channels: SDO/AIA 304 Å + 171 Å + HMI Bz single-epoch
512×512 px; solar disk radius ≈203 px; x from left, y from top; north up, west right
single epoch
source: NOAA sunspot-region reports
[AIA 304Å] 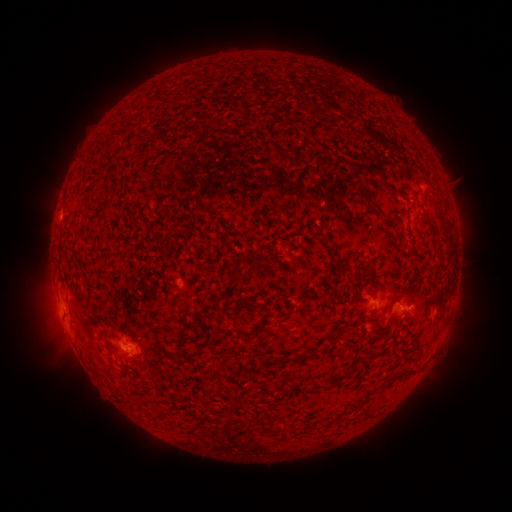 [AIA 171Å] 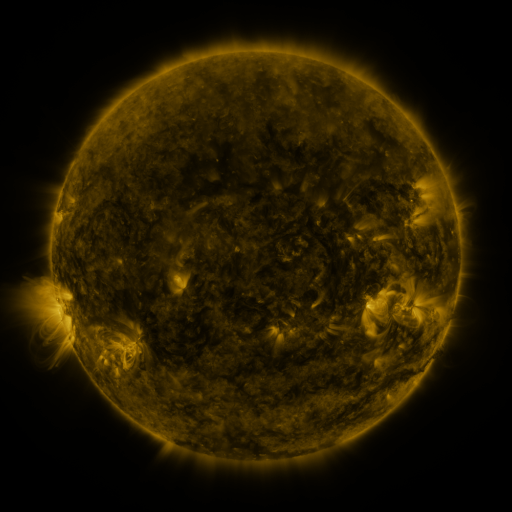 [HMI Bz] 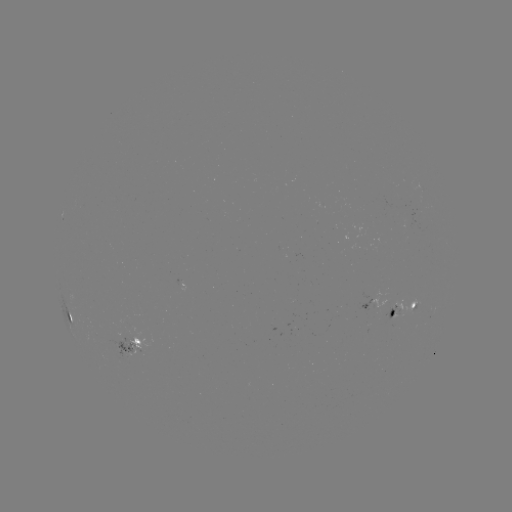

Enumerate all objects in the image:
spotted active region: (415, 218)
spotted active region: (372, 301)
spotted active region: (407, 307)
spotted active region: (72, 317)
spotted active region: (132, 349)
